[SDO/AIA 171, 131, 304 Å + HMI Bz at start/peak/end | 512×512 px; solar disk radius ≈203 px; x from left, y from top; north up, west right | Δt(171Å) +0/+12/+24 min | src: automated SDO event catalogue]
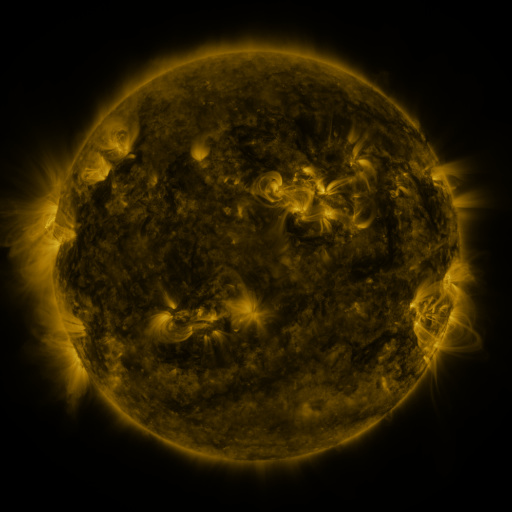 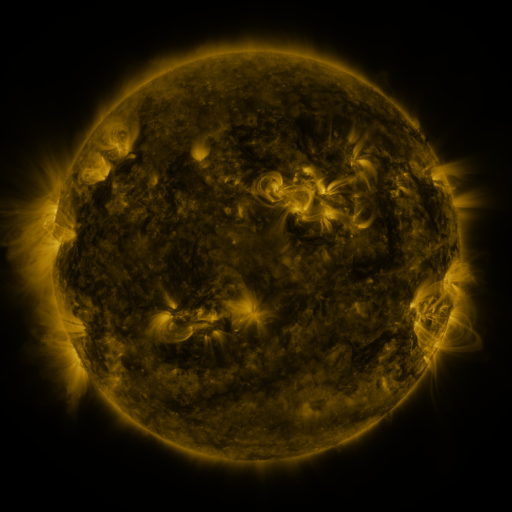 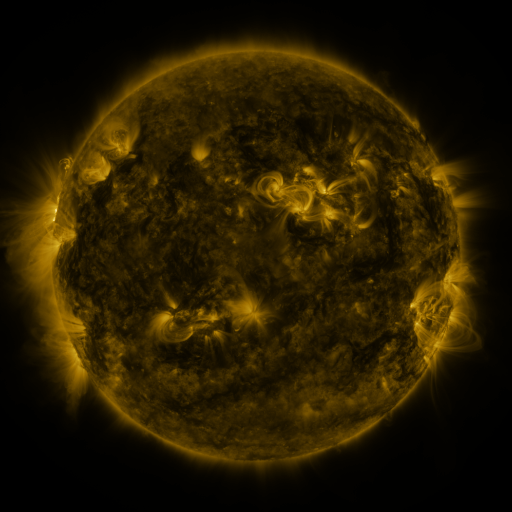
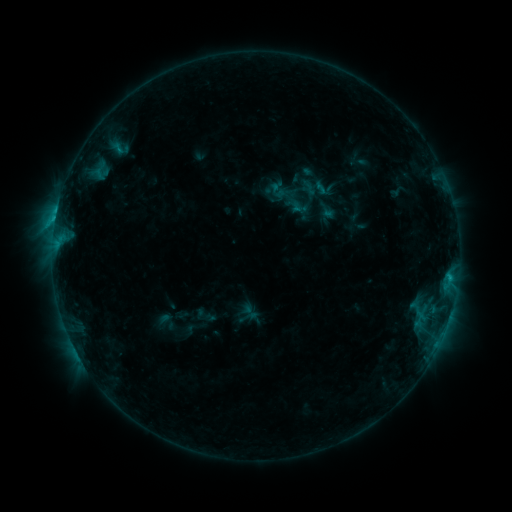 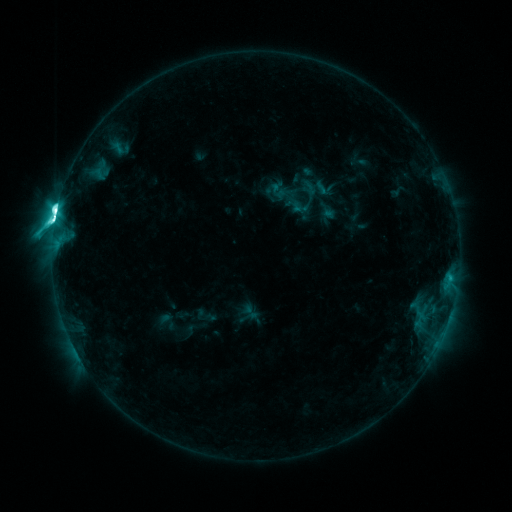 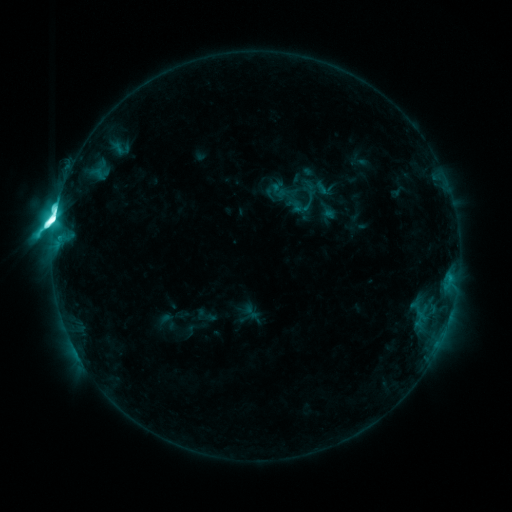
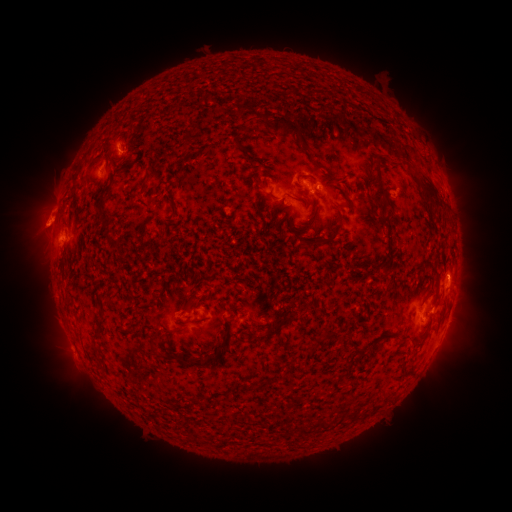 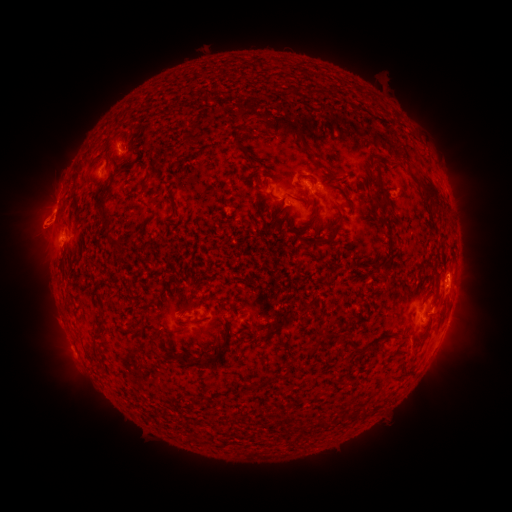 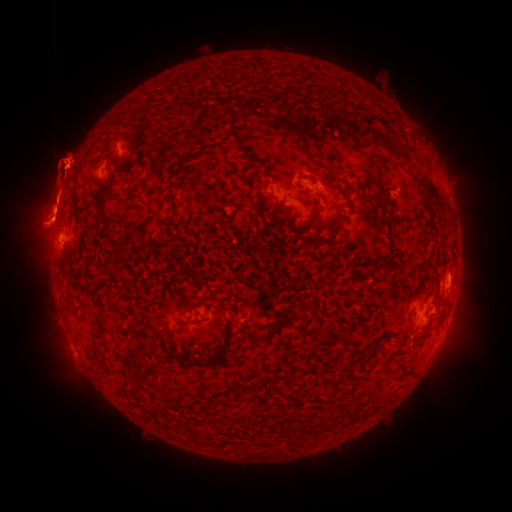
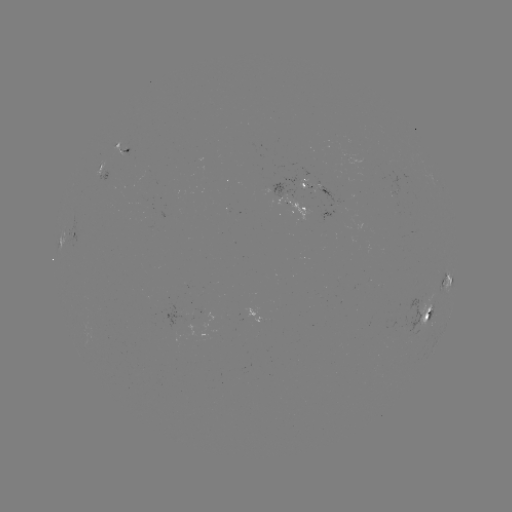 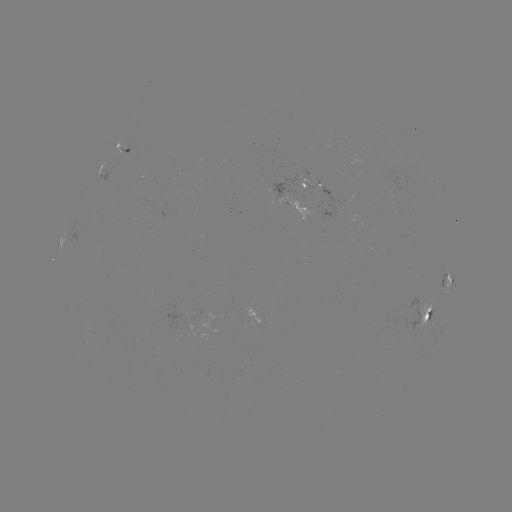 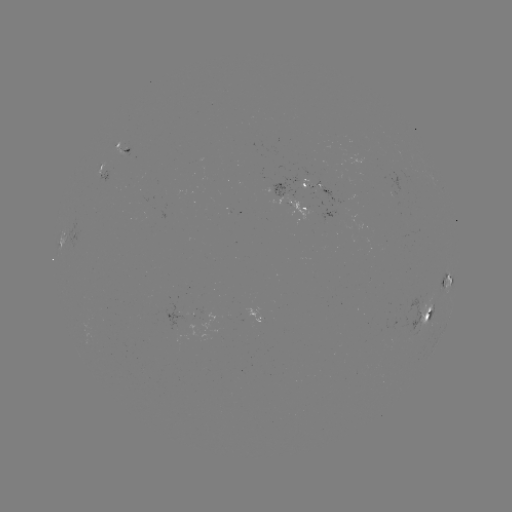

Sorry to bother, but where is M3.9 flare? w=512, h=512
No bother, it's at [57, 213].